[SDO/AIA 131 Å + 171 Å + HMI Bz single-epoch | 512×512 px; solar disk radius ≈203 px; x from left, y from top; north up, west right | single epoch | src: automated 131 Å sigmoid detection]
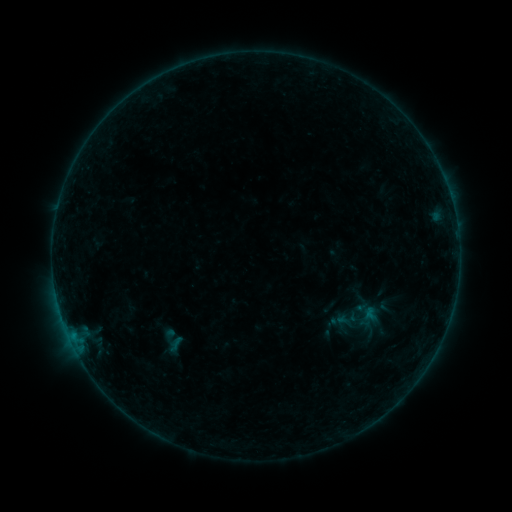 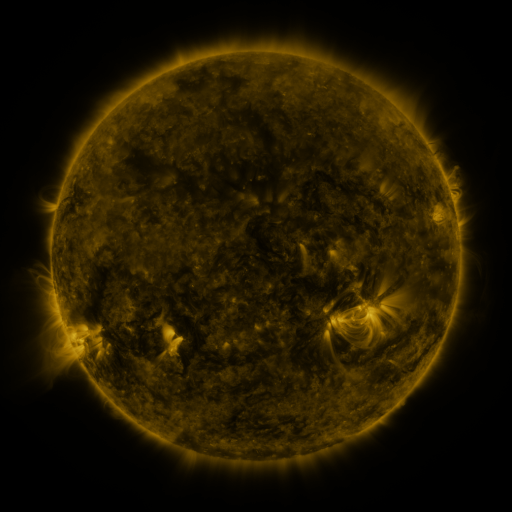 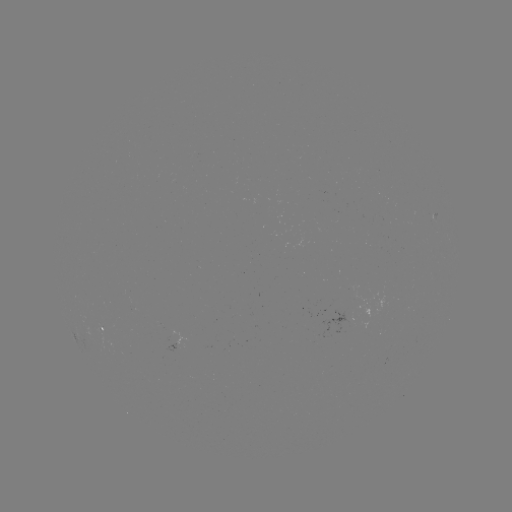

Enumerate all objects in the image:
sigmoid: (347, 319)
